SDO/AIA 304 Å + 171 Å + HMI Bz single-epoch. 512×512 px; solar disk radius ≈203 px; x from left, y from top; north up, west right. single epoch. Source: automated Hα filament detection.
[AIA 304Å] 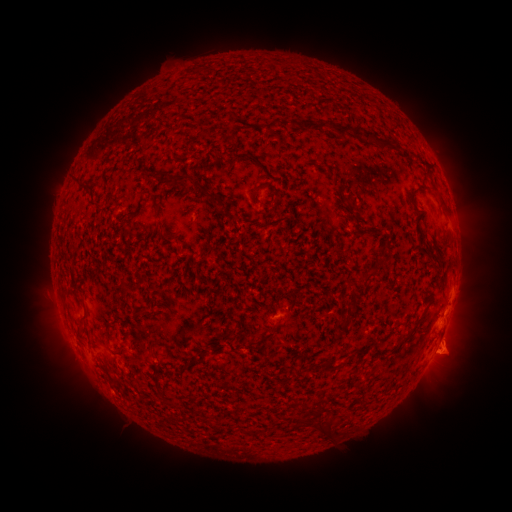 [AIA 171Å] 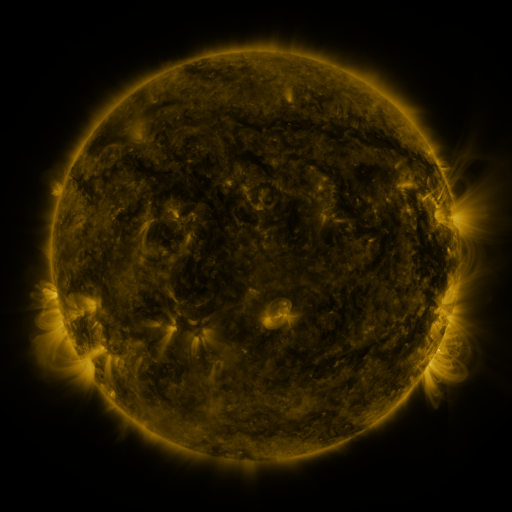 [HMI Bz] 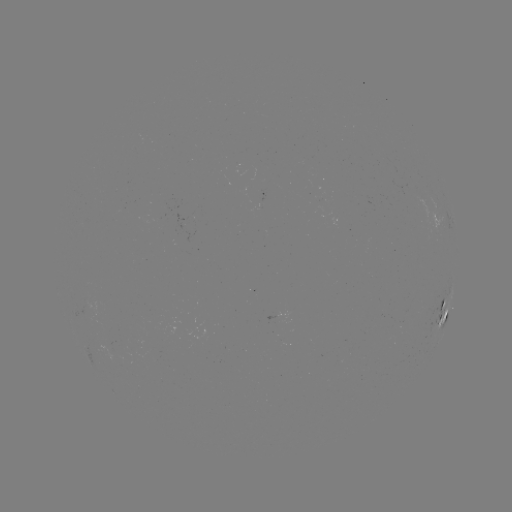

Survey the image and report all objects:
filament: (311, 124)
filament: (346, 127)
filament: (219, 135)
filament: (373, 138)
filament: (76, 182)
filament: (262, 185)
filament: (423, 185)
filament: (196, 187)
filament: (350, 202)
filament: (443, 203)
filament: (139, 204)
filament: (154, 206)
filament: (229, 215)
filament: (448, 243)
filament: (368, 275)
filament: (86, 311)
filament: (346, 321)
filament: (408, 335)
filament: (263, 338)
filament: (170, 350)
filament: (202, 356)
filament: (333, 366)
filament: (117, 381)
filament: (175, 405)
filament: (305, 419)
filament: (329, 427)
filament: (337, 430)
